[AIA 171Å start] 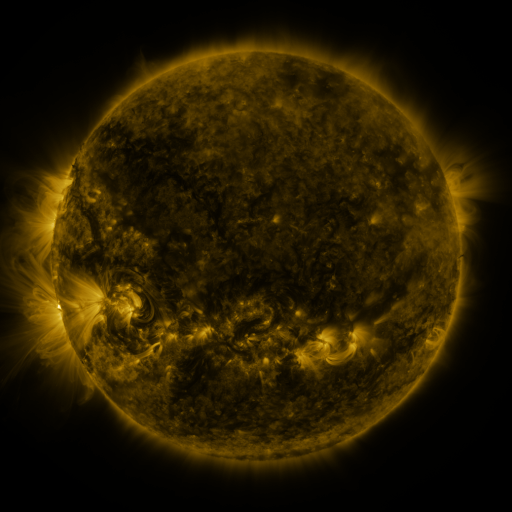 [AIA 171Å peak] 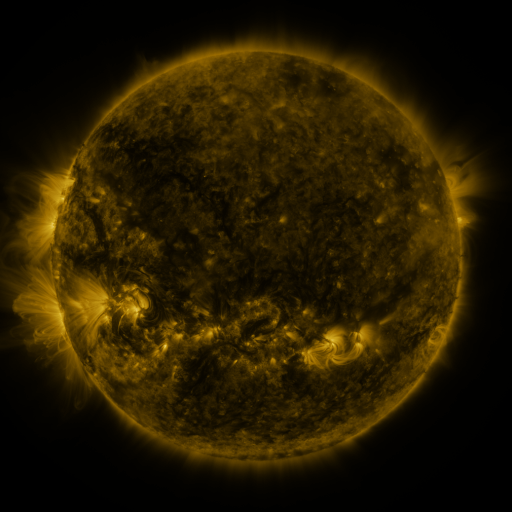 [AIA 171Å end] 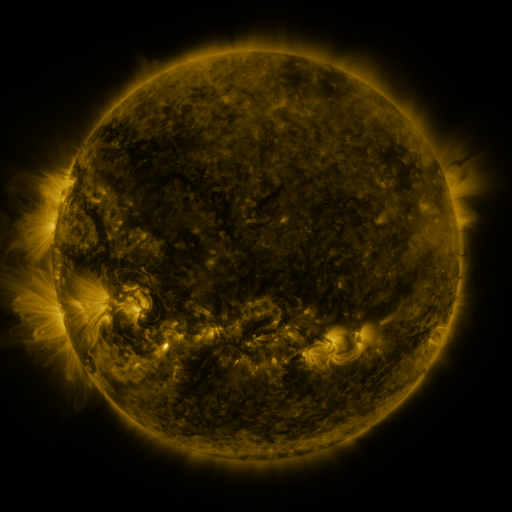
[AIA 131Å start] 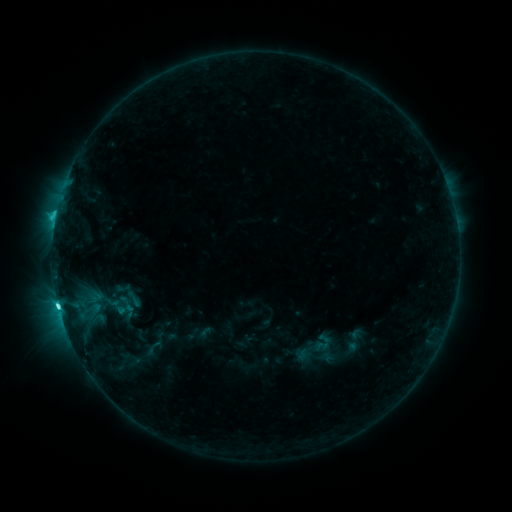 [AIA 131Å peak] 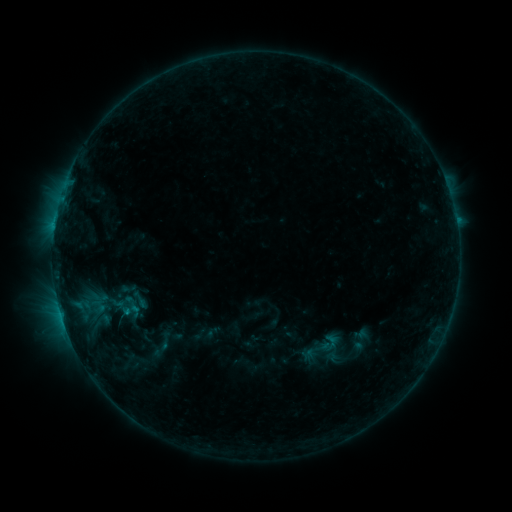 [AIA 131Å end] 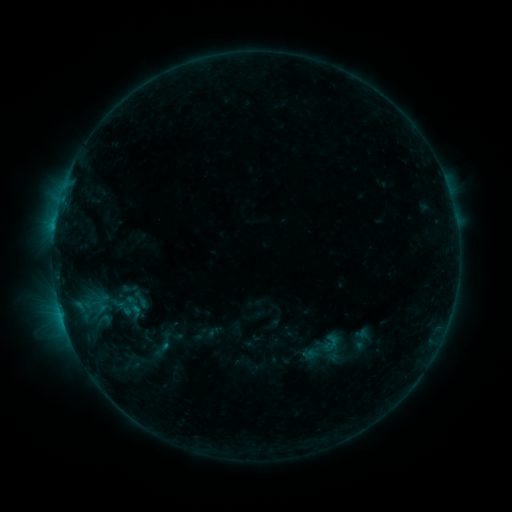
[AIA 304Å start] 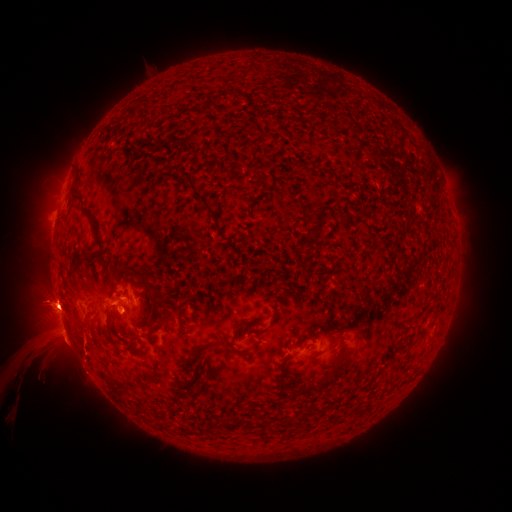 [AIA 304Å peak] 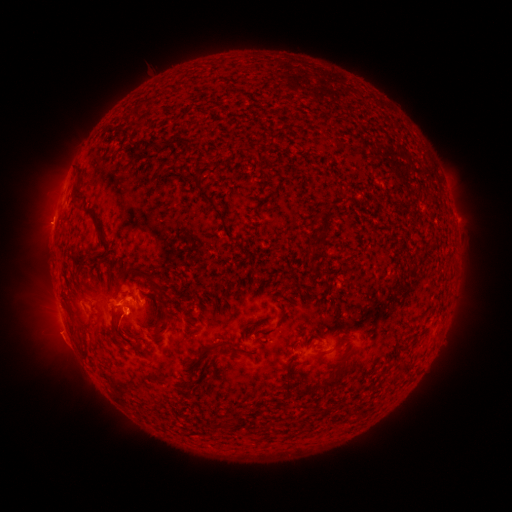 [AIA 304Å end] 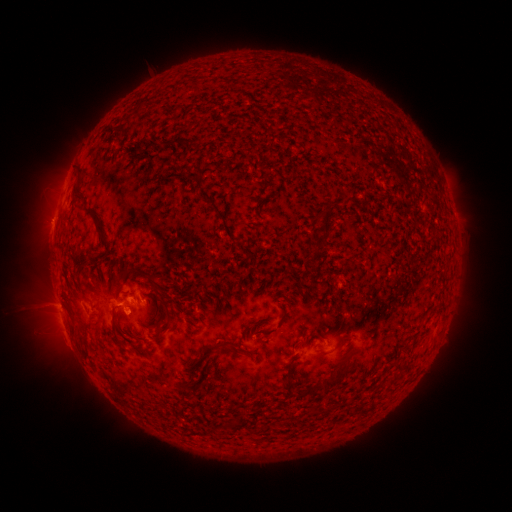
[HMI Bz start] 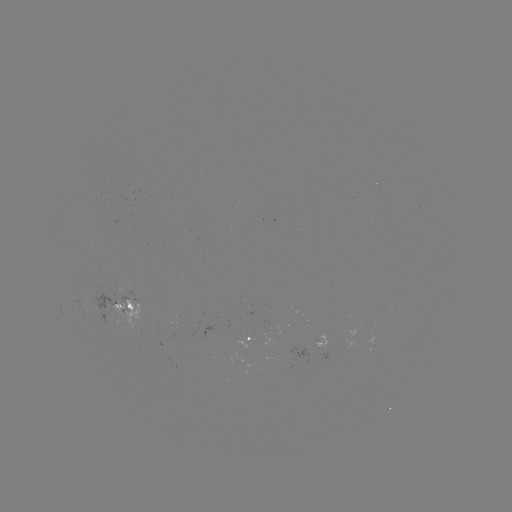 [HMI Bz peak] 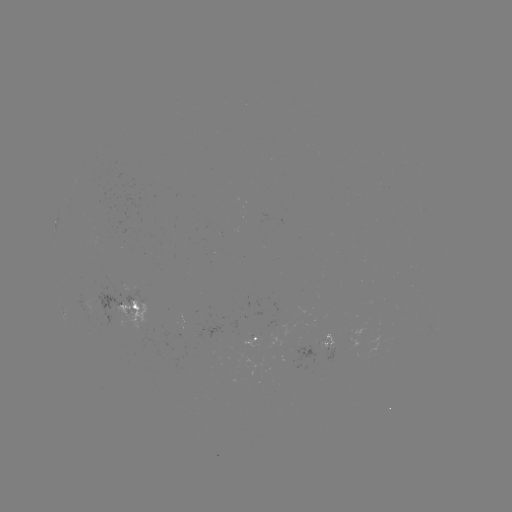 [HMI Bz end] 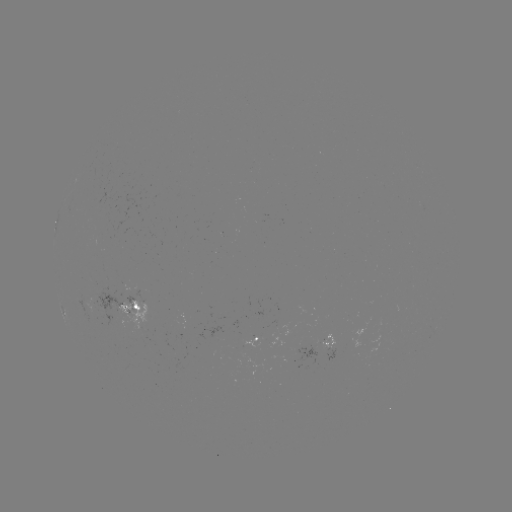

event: emerging-flux region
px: (92, 304)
